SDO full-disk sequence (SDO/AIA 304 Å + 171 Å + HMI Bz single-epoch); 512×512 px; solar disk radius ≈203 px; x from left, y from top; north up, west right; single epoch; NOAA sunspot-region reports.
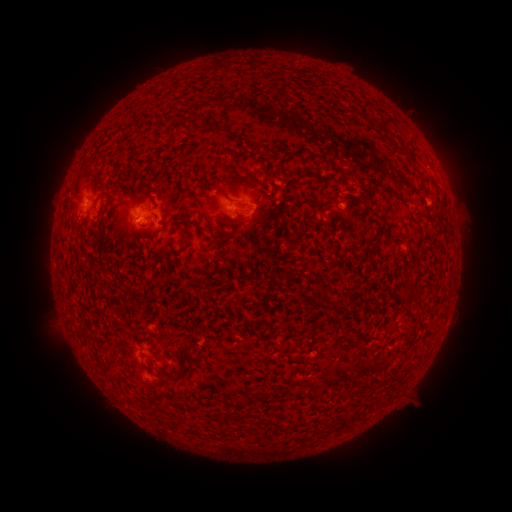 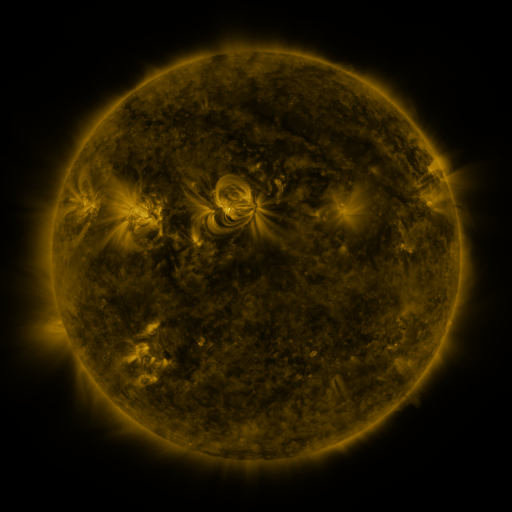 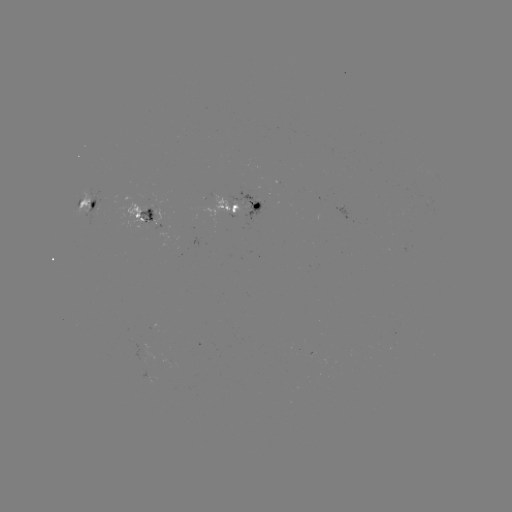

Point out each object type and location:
spotted active region: (89, 203)
spotted active region: (245, 208)
spotted active region: (149, 216)
spotted active region: (151, 377)
